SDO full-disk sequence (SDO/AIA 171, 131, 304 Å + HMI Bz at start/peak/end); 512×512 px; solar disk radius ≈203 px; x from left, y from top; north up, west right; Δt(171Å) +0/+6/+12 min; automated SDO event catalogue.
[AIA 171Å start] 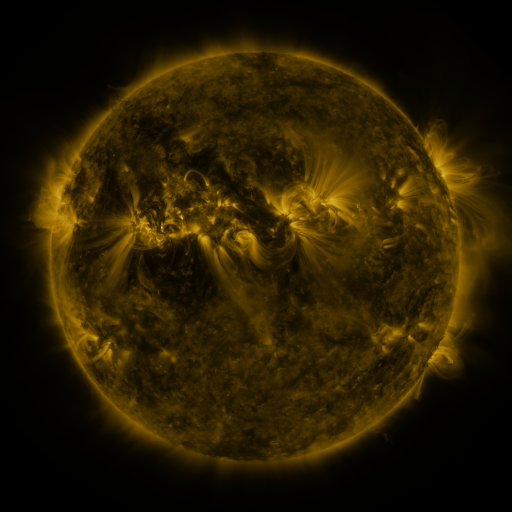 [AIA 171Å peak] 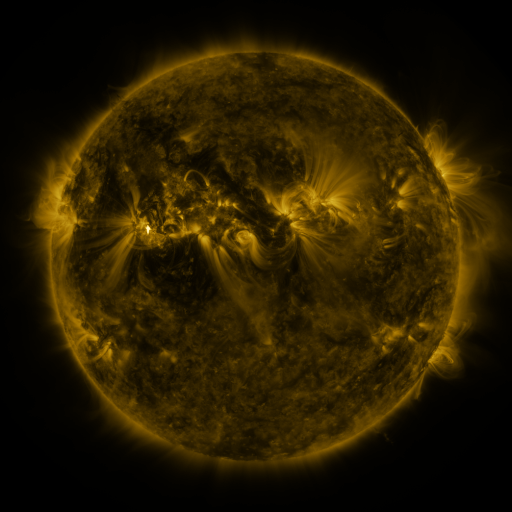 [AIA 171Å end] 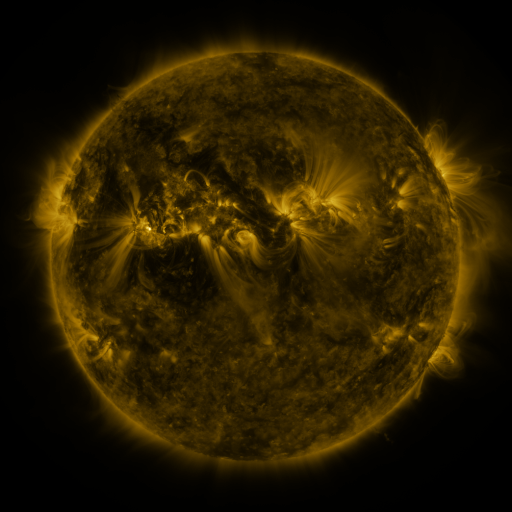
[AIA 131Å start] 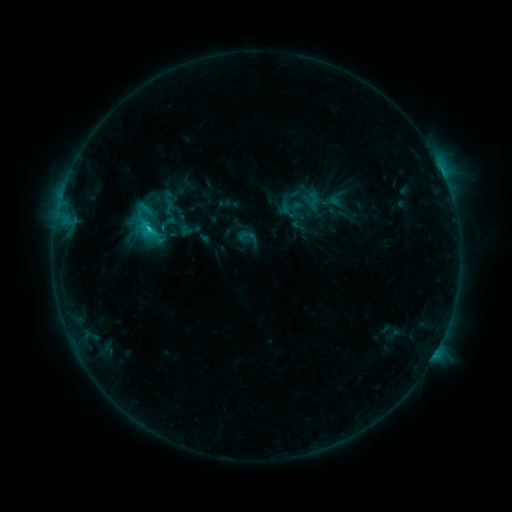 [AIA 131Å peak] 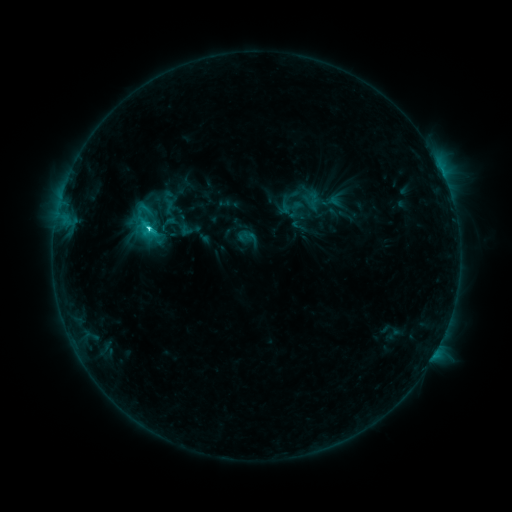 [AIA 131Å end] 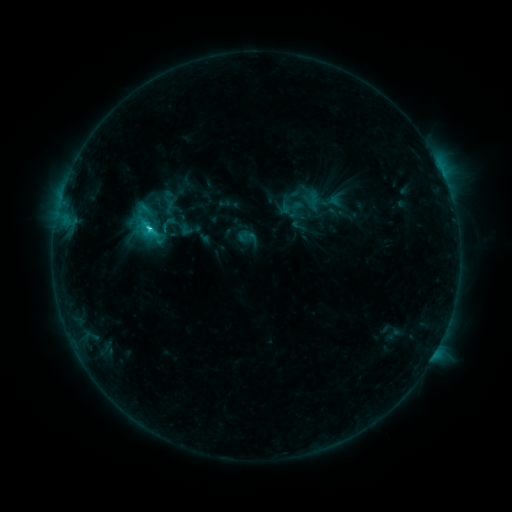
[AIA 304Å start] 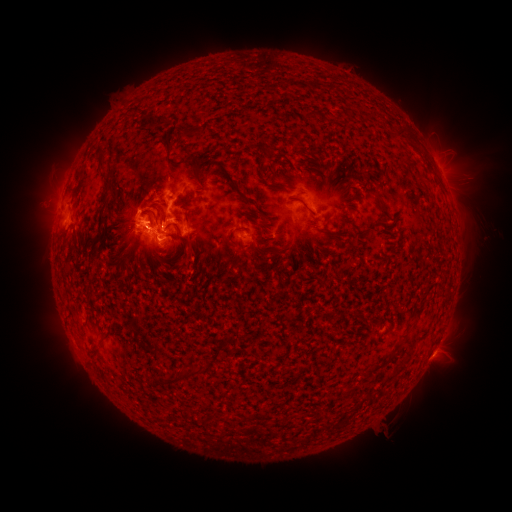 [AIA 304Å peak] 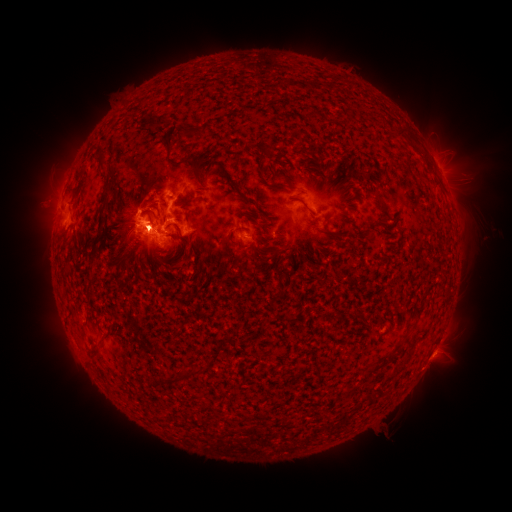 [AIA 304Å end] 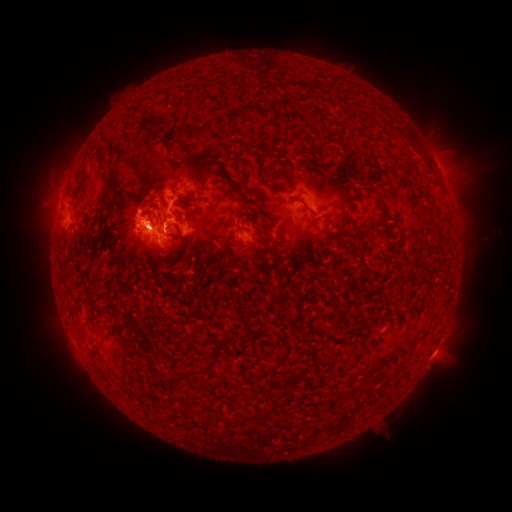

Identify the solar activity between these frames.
C8.8 flare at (150, 230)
